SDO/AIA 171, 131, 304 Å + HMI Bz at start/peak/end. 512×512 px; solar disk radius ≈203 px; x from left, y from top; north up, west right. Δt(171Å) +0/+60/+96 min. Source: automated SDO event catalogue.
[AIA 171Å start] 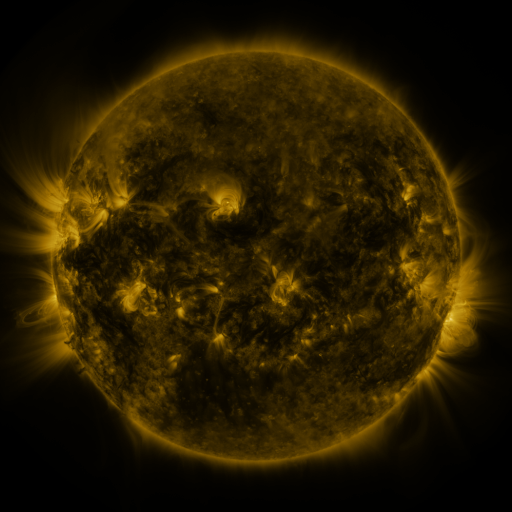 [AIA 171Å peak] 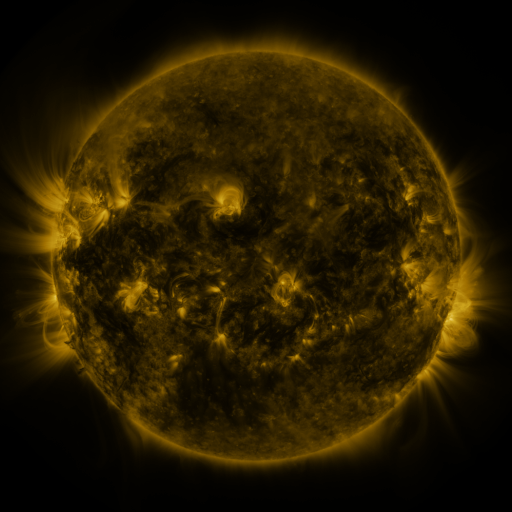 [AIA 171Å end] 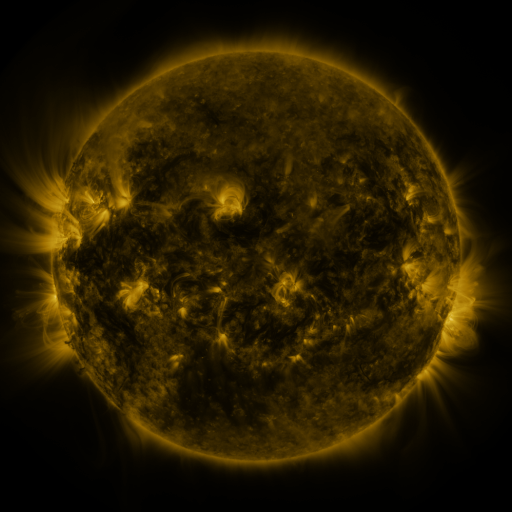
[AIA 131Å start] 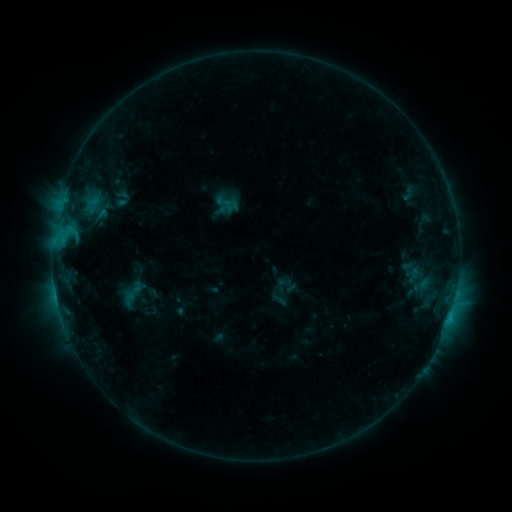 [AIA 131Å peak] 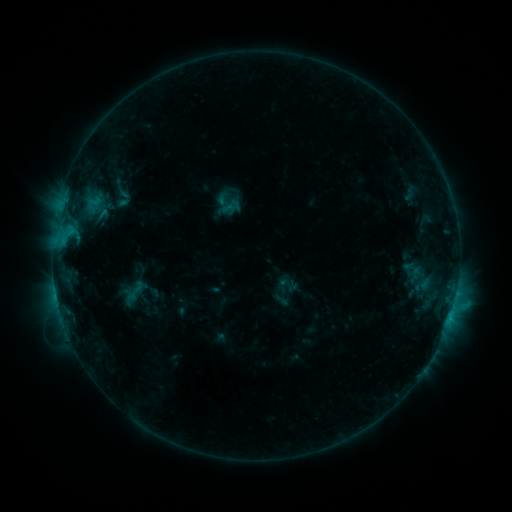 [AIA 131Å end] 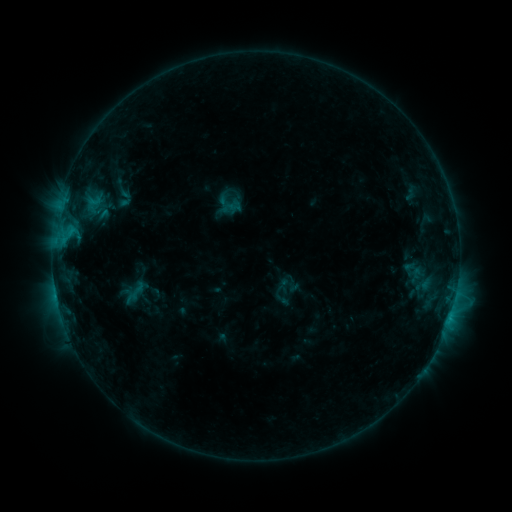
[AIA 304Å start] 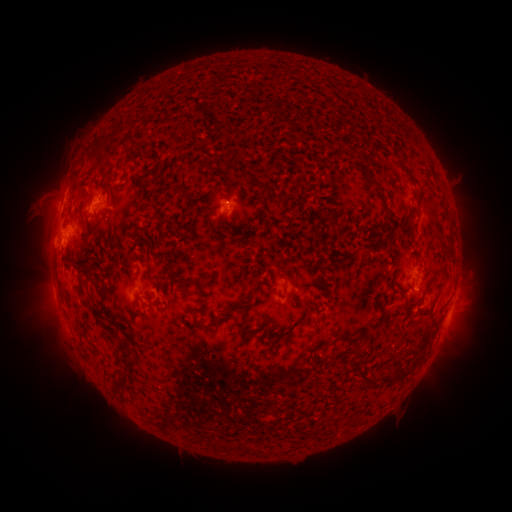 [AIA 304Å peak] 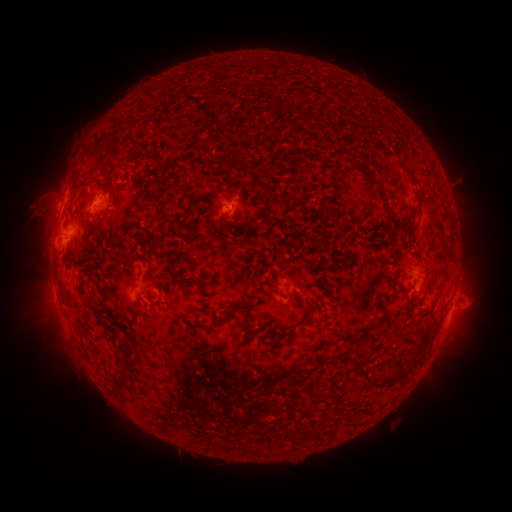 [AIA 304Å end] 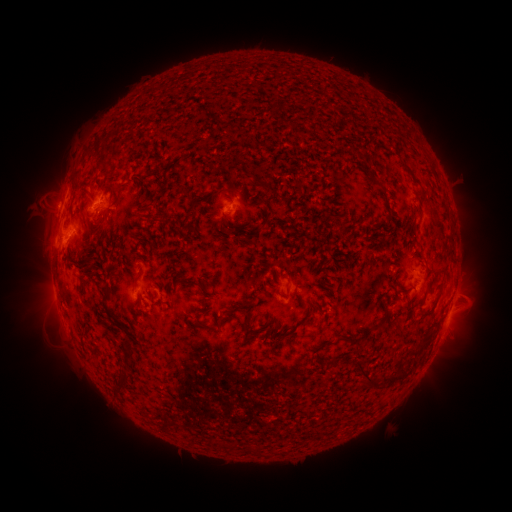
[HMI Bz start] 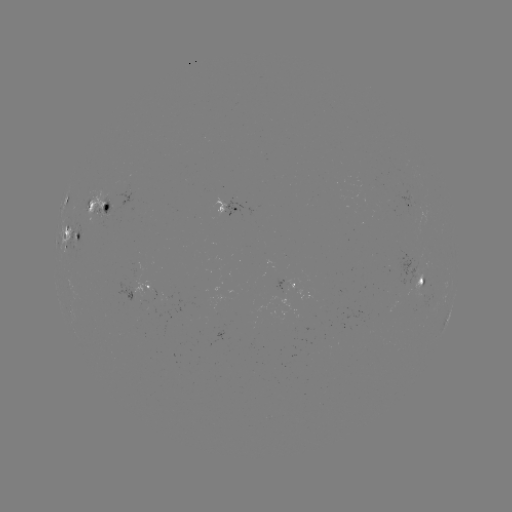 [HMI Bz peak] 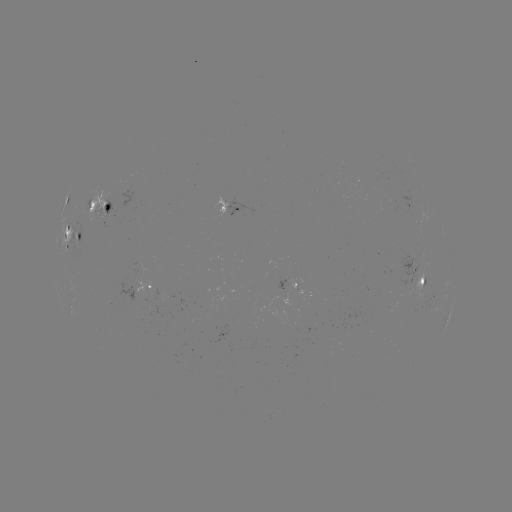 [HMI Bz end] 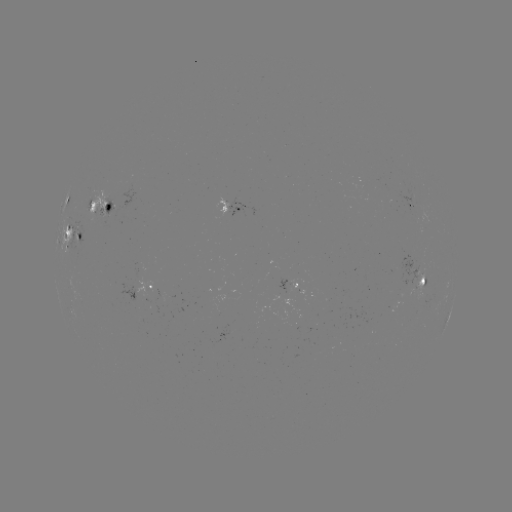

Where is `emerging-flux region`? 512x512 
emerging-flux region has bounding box [414, 268, 424, 300].